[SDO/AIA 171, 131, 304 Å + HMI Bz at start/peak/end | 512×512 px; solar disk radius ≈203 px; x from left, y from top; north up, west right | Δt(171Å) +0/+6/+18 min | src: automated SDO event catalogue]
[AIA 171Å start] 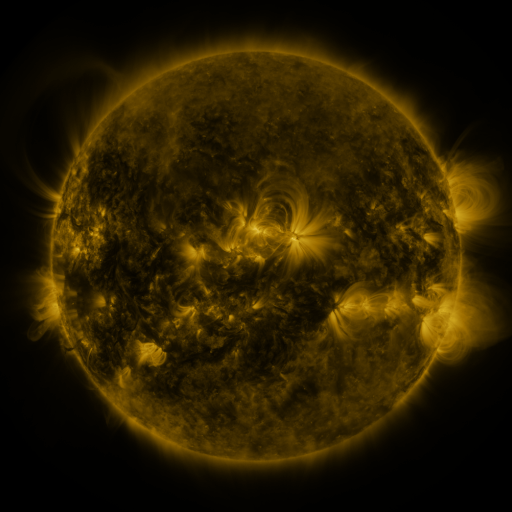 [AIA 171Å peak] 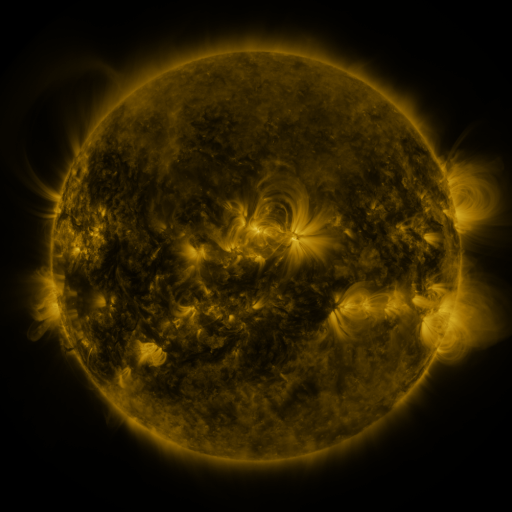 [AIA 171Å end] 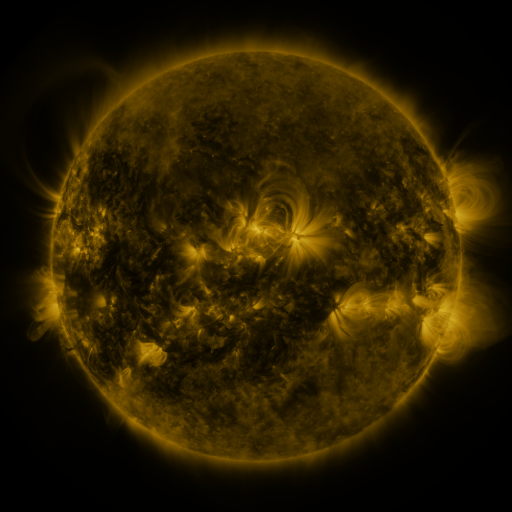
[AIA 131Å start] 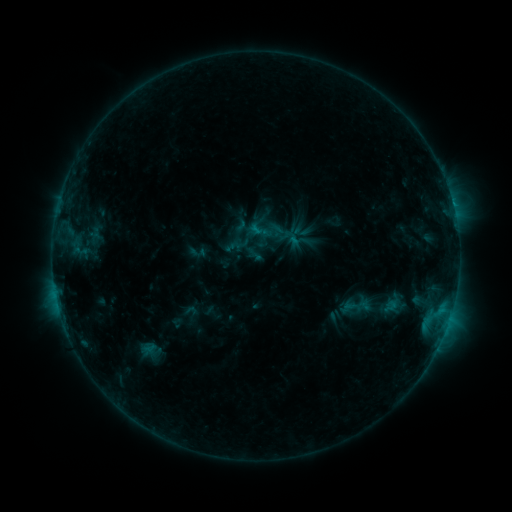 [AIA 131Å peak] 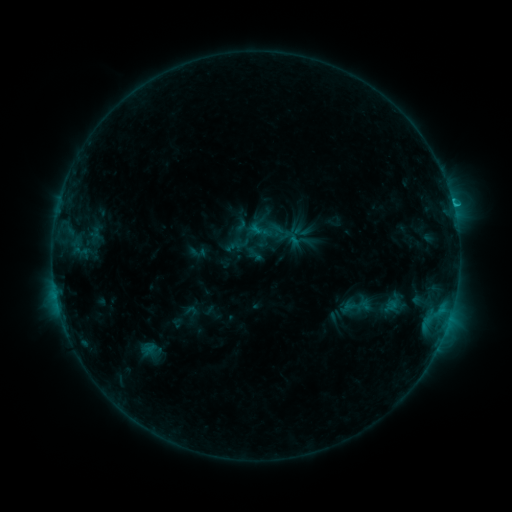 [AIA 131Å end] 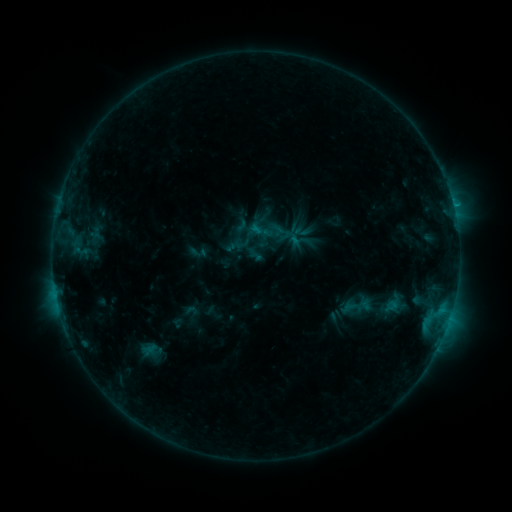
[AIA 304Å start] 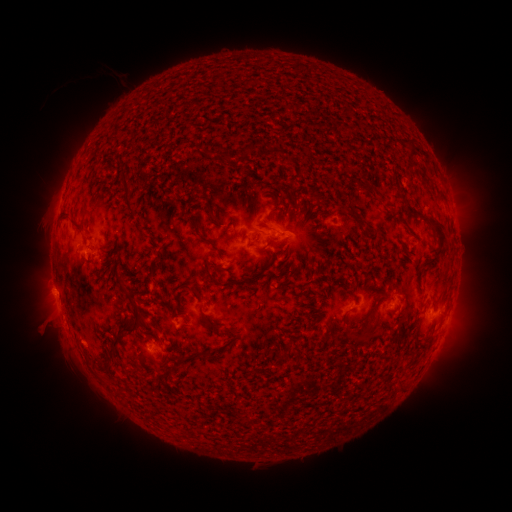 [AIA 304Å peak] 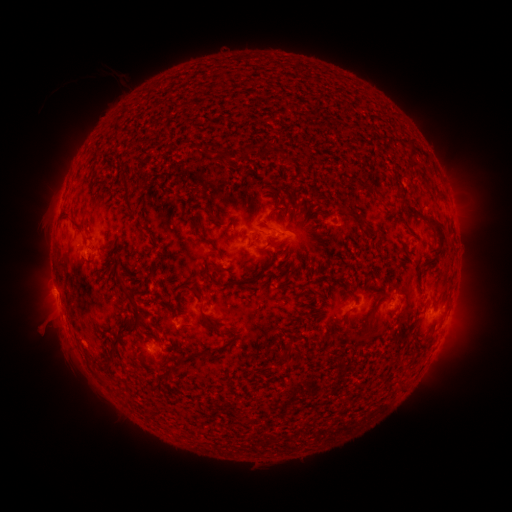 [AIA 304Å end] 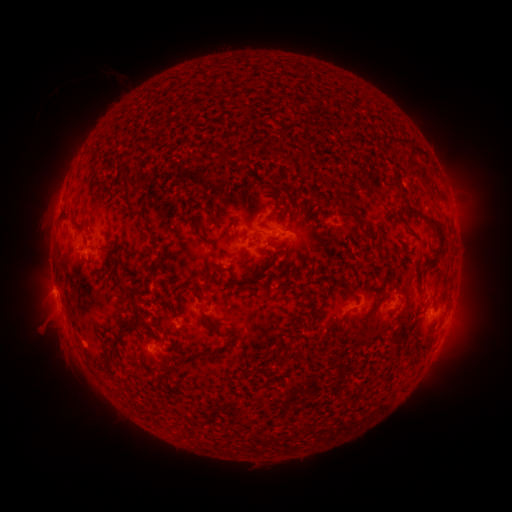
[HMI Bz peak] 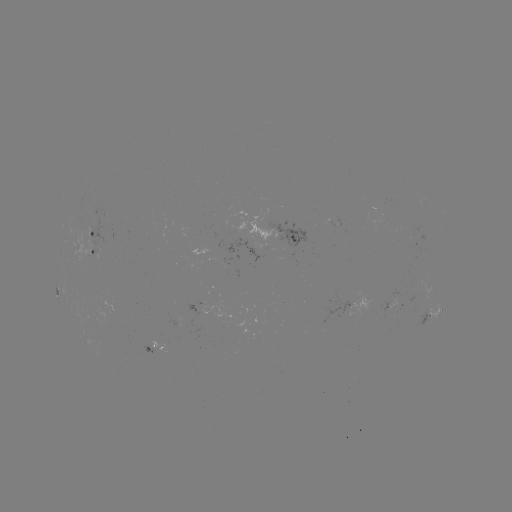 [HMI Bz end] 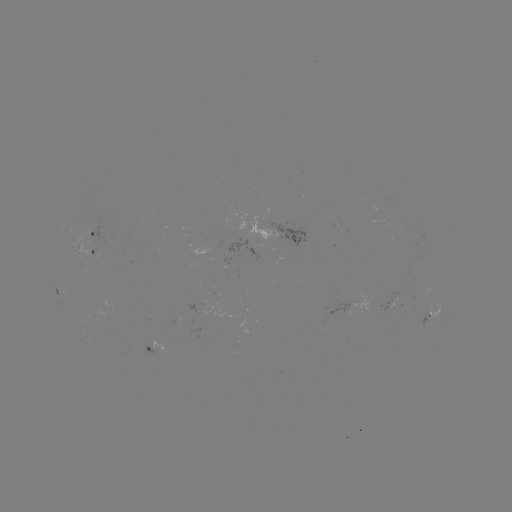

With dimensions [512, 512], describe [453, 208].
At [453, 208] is C1.0 flare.